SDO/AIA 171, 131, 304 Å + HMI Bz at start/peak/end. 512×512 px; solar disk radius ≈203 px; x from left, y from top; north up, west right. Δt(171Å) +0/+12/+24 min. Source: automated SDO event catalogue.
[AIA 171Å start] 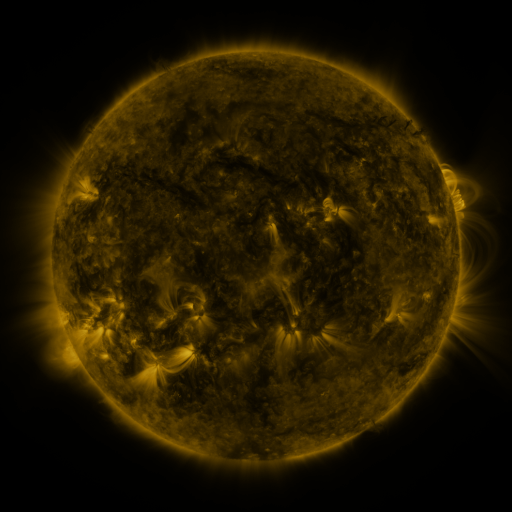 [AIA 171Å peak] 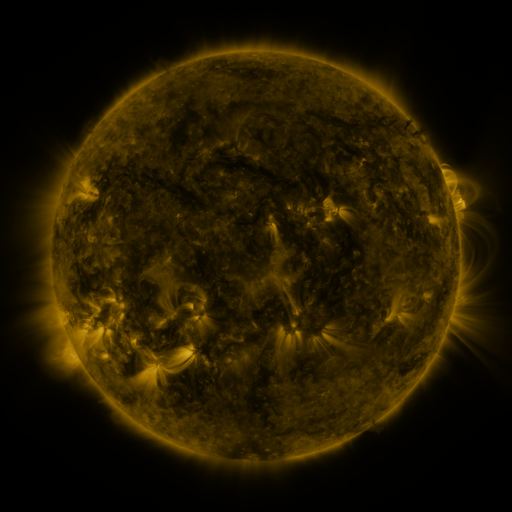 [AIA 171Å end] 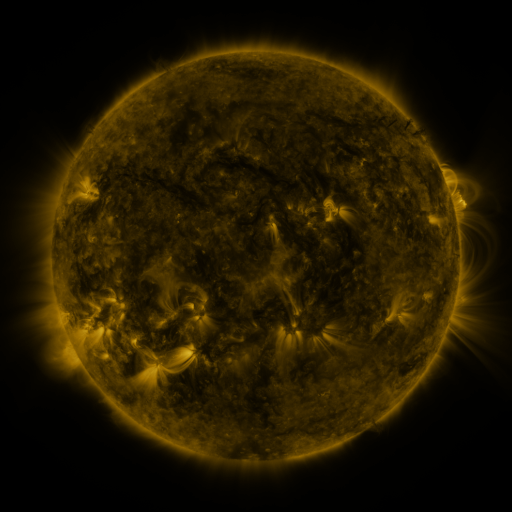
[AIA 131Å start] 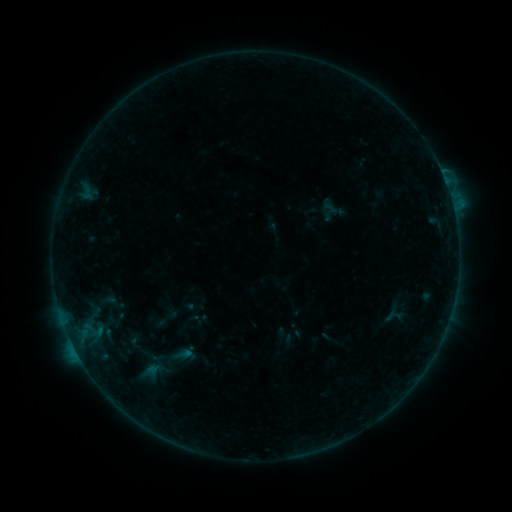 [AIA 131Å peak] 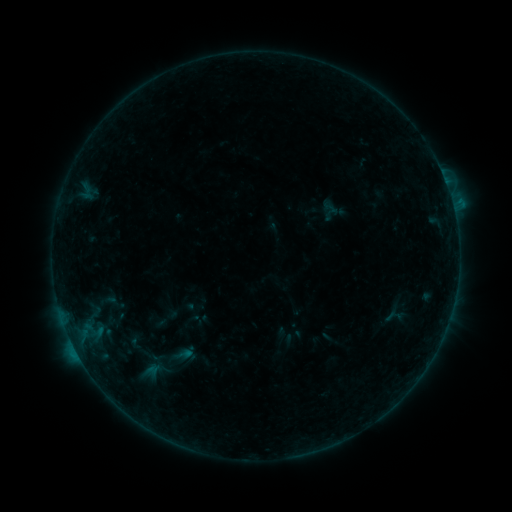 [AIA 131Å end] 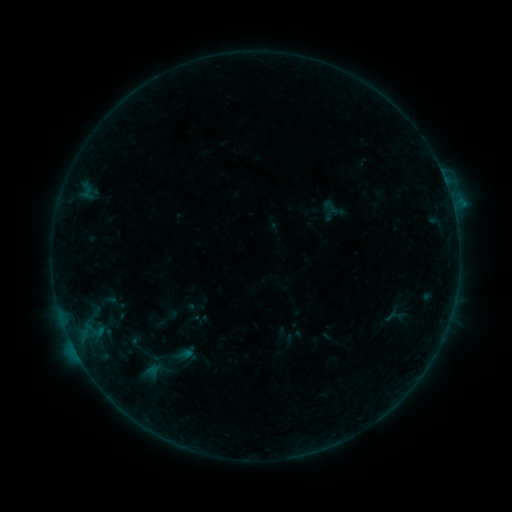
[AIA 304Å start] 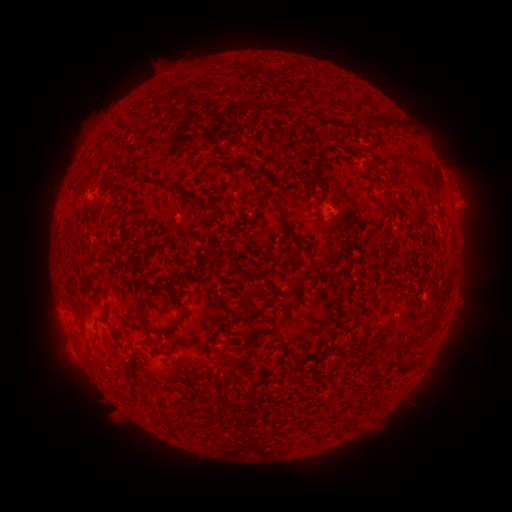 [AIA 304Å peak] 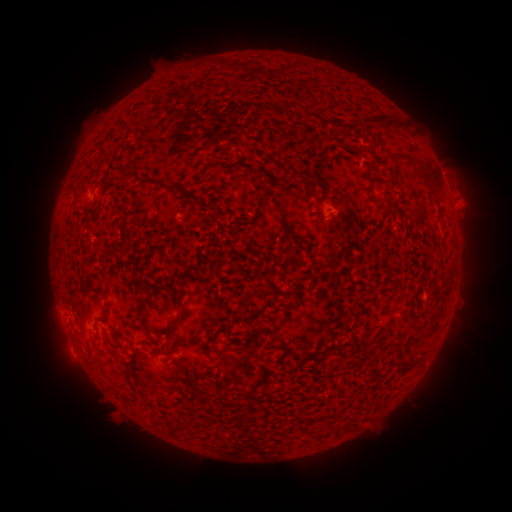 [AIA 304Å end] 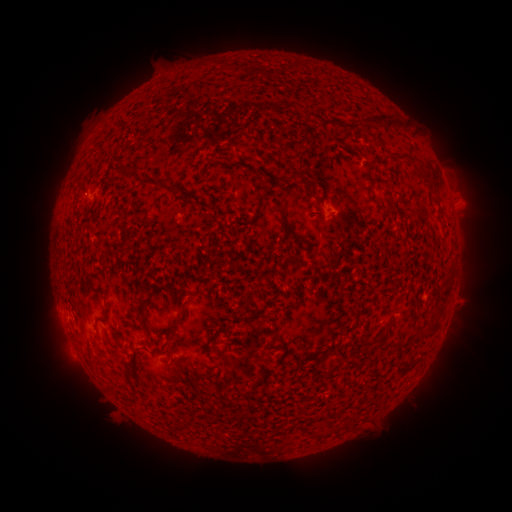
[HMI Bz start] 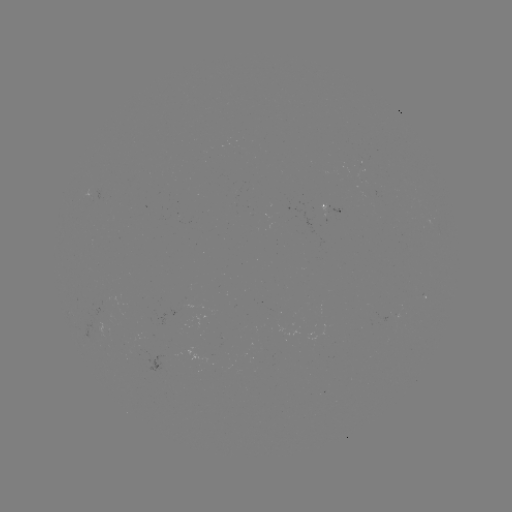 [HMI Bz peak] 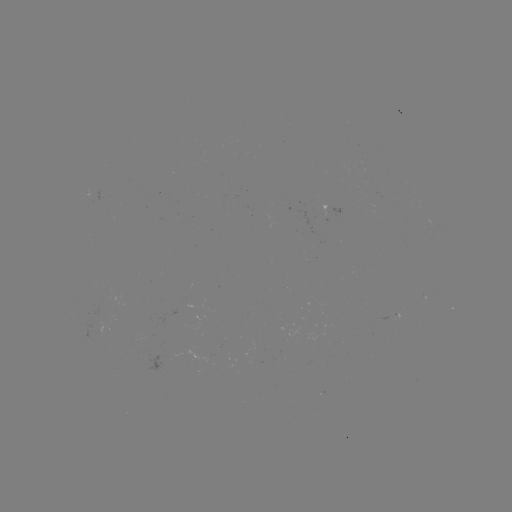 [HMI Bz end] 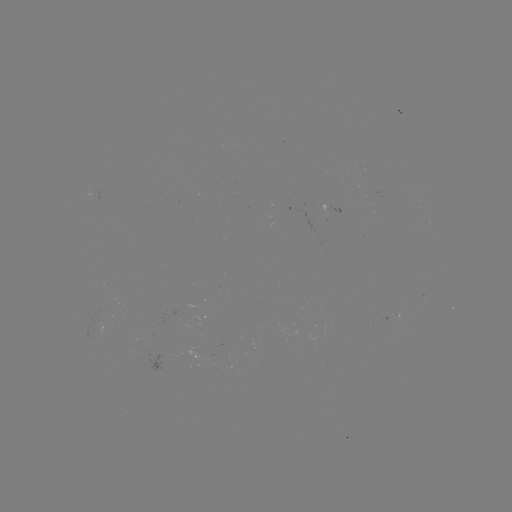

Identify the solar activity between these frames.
nothing was catalogued: no classed flare, no EUV trigger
